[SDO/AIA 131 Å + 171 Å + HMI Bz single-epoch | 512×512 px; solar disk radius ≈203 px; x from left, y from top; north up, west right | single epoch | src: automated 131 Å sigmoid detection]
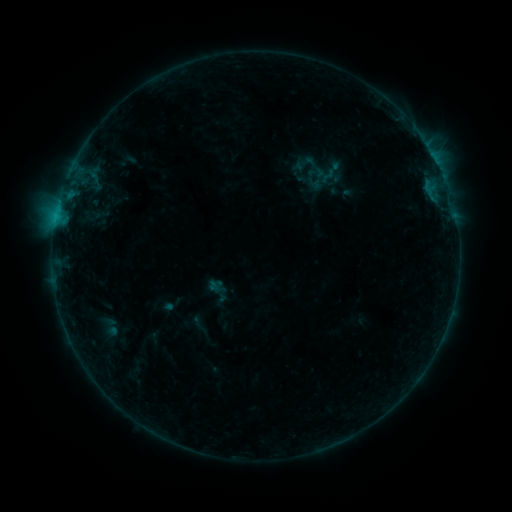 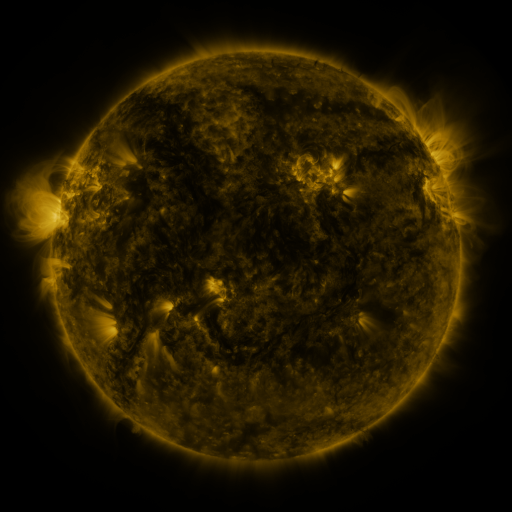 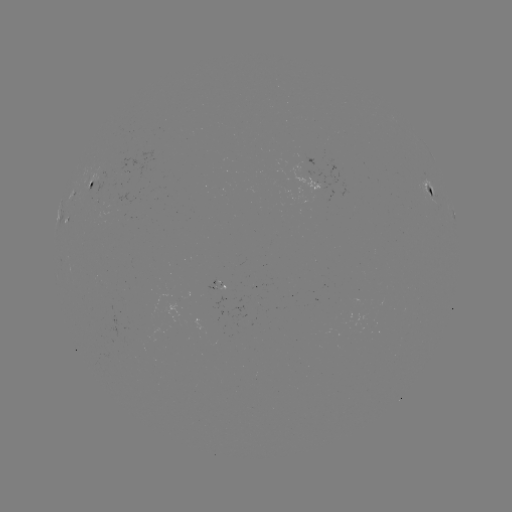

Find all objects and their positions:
sigmoid: (293, 151, 320, 175)
sigmoid: (317, 166, 338, 185)
